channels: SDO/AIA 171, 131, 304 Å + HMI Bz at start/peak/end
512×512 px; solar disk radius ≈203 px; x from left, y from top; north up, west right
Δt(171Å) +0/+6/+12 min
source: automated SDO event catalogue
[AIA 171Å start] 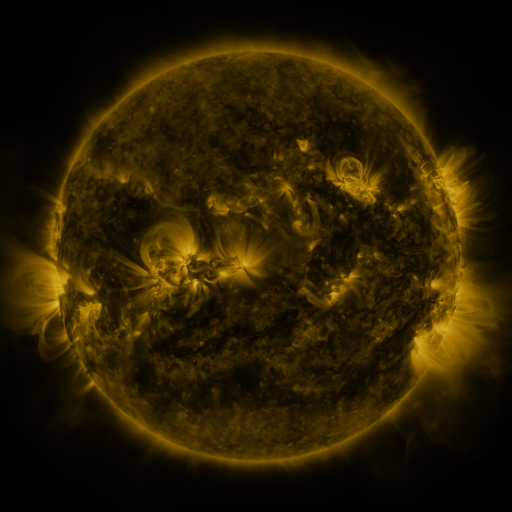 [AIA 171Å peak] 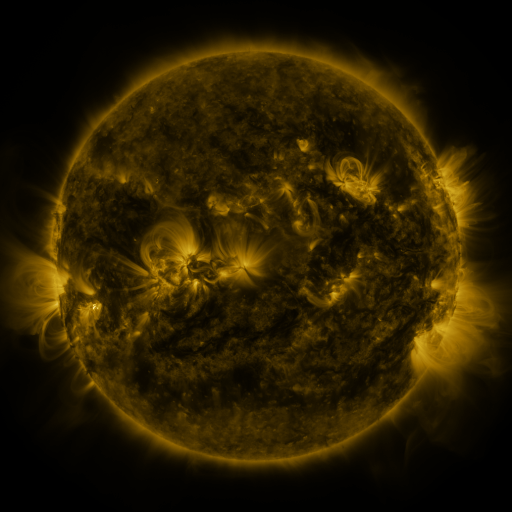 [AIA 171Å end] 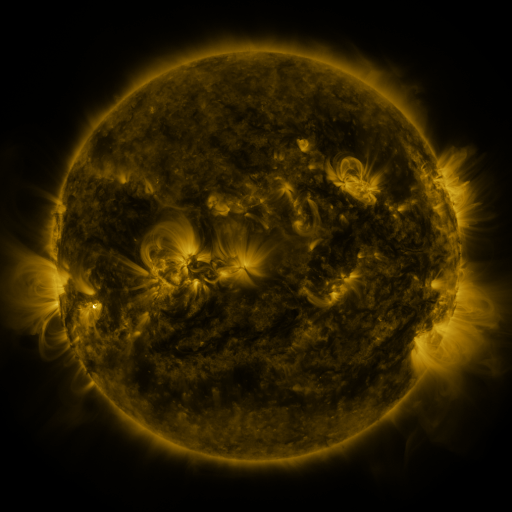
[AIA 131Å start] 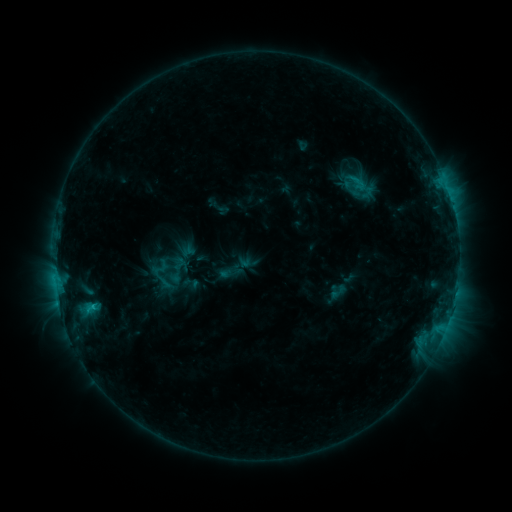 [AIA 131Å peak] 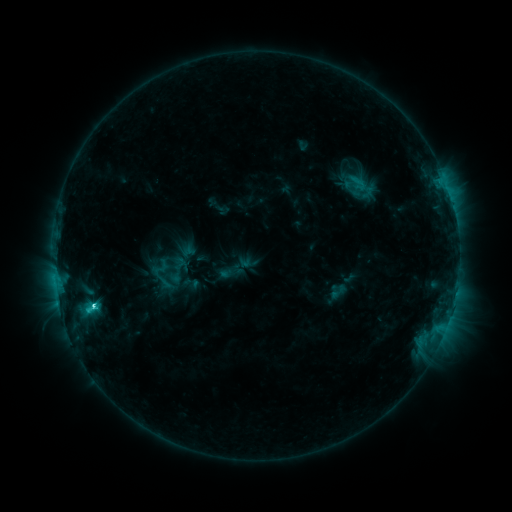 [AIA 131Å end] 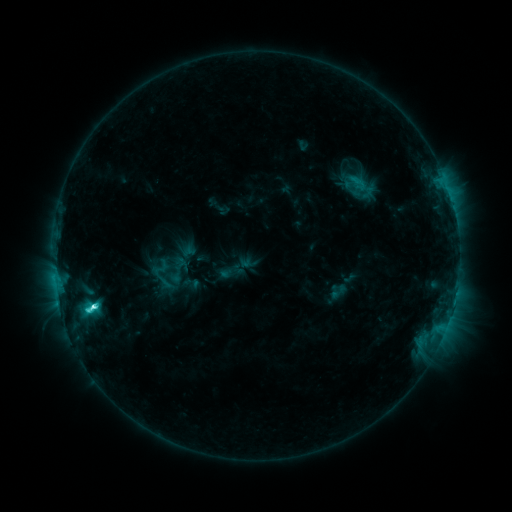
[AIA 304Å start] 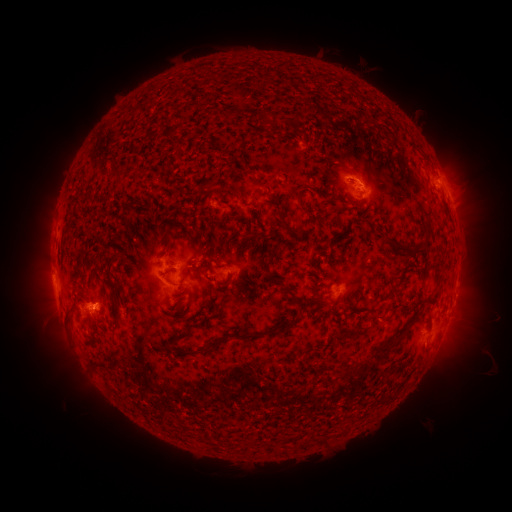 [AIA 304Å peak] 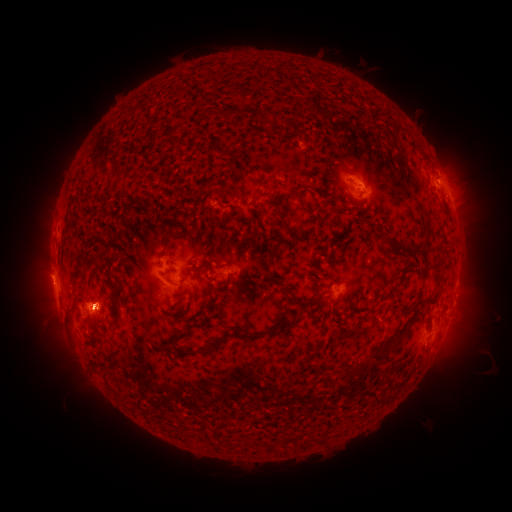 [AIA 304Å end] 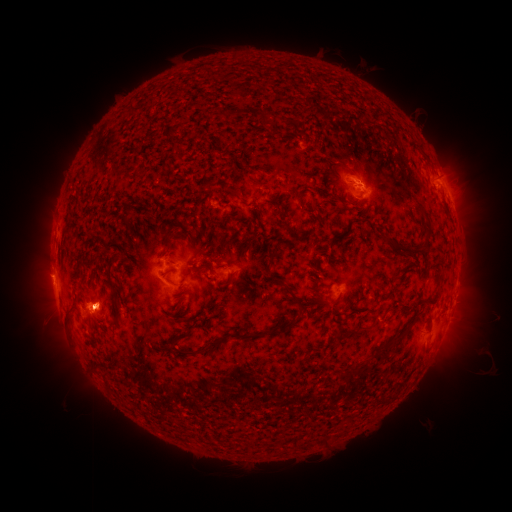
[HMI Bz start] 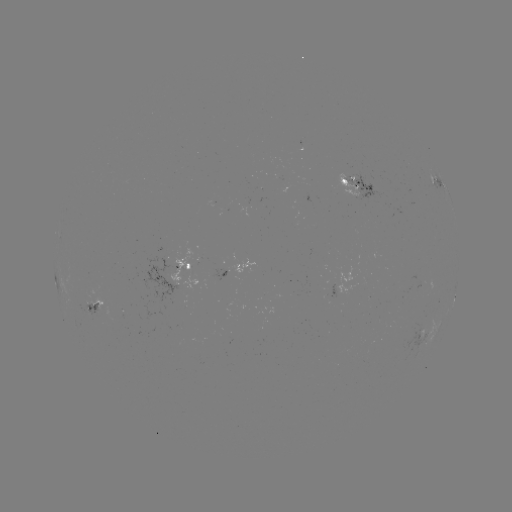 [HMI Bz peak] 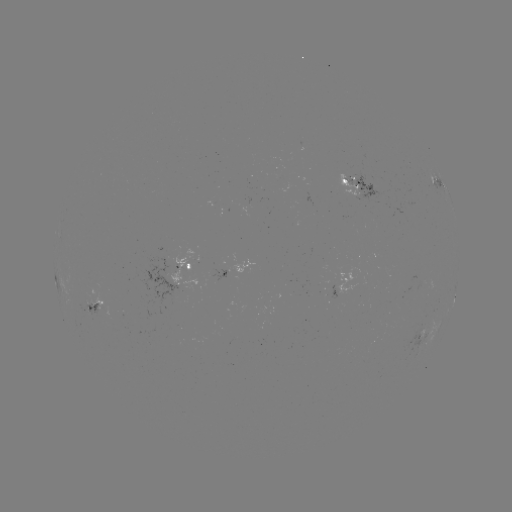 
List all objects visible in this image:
C7.1 flare: (95, 304)
